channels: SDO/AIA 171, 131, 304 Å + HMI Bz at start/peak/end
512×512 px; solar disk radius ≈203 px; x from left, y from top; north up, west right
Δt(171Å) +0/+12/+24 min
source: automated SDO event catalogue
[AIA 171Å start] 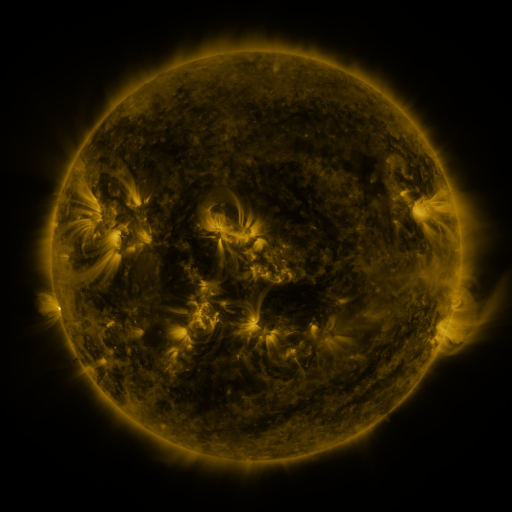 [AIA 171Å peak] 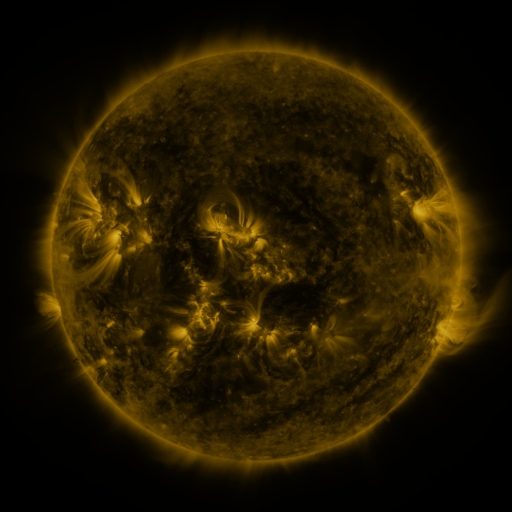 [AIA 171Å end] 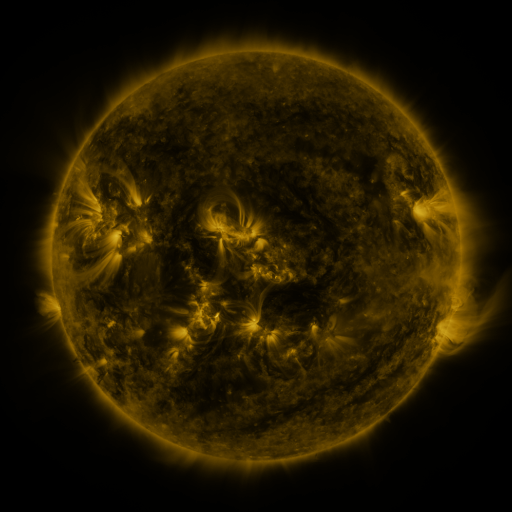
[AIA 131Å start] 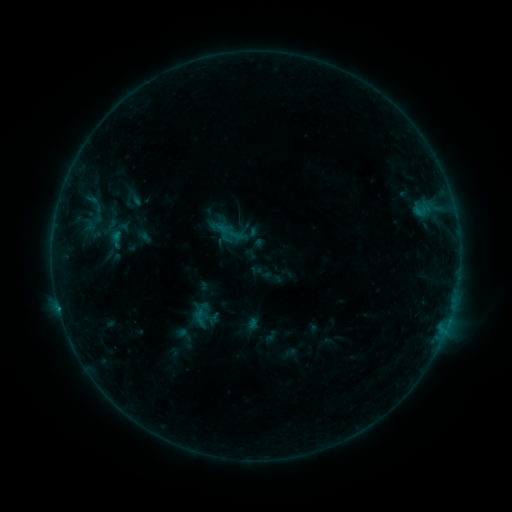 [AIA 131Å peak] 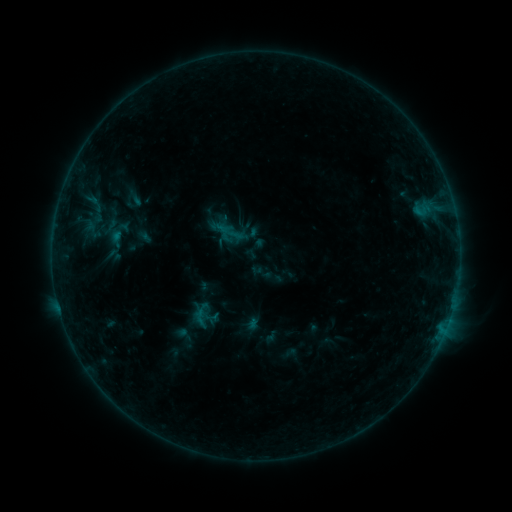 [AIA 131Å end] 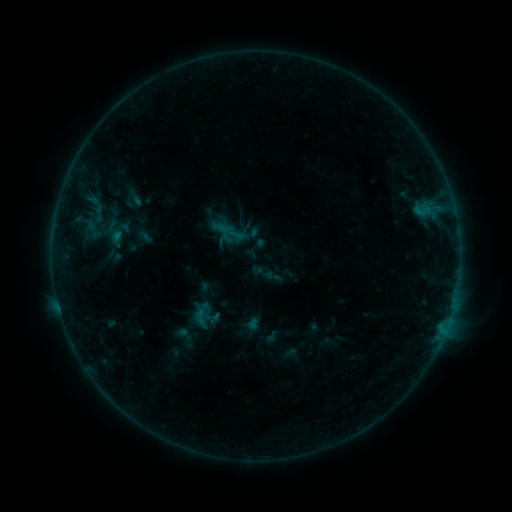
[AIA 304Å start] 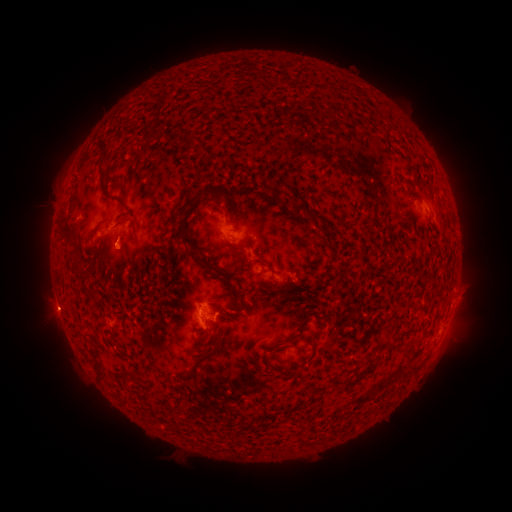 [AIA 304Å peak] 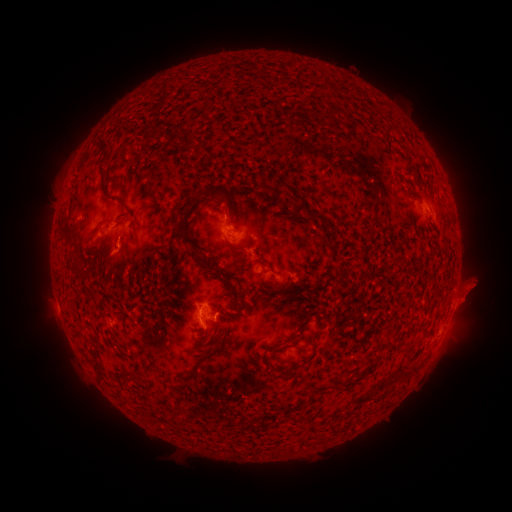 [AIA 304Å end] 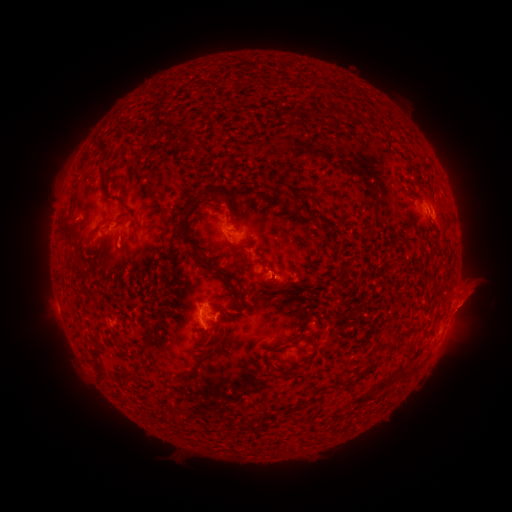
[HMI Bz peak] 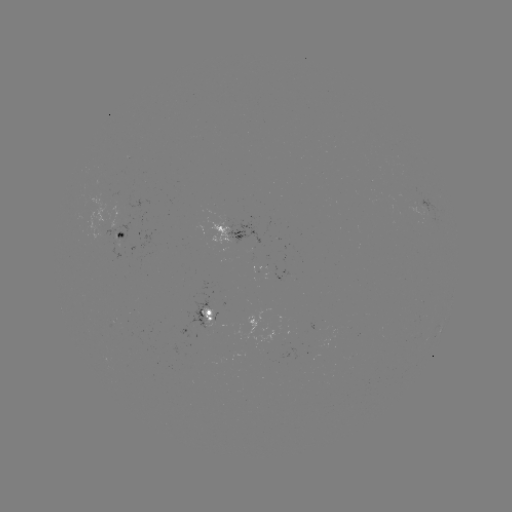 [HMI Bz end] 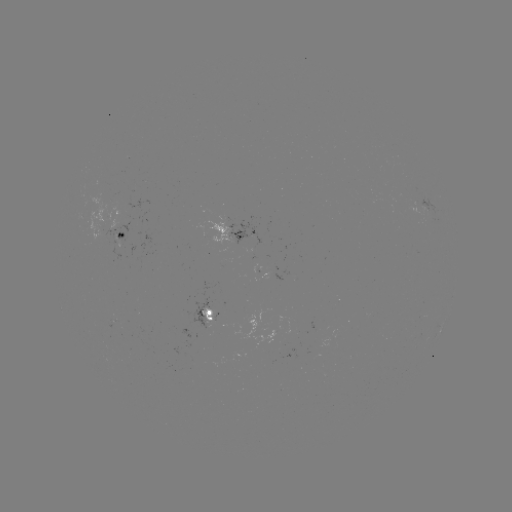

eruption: <bbox>447, 268, 498, 325</bbox>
